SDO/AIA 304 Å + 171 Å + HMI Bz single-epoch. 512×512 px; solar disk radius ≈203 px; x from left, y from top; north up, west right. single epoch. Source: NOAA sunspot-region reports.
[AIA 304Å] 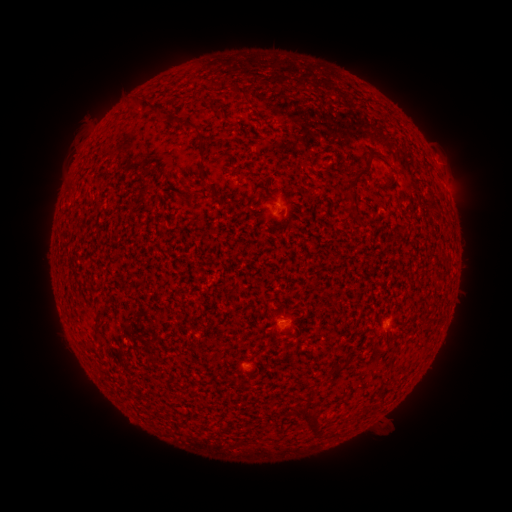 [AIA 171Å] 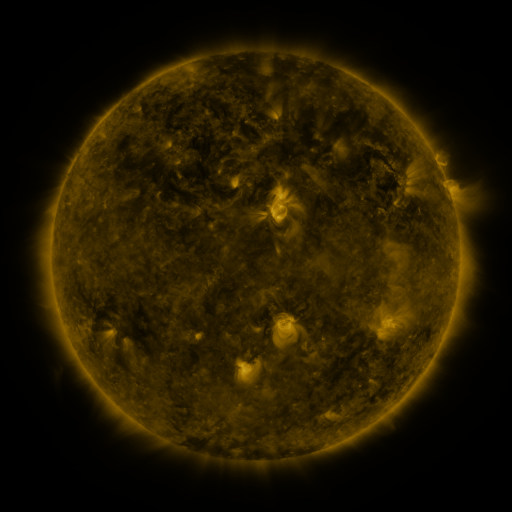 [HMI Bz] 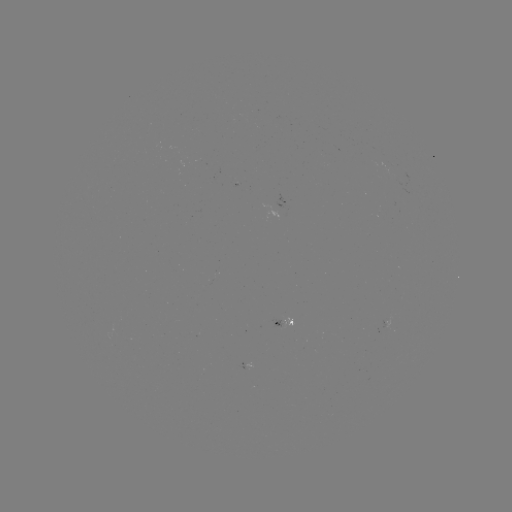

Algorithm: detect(spotted active region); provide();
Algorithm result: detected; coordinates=276,323